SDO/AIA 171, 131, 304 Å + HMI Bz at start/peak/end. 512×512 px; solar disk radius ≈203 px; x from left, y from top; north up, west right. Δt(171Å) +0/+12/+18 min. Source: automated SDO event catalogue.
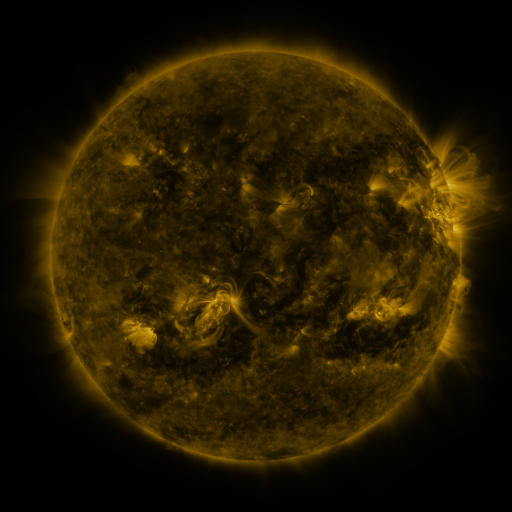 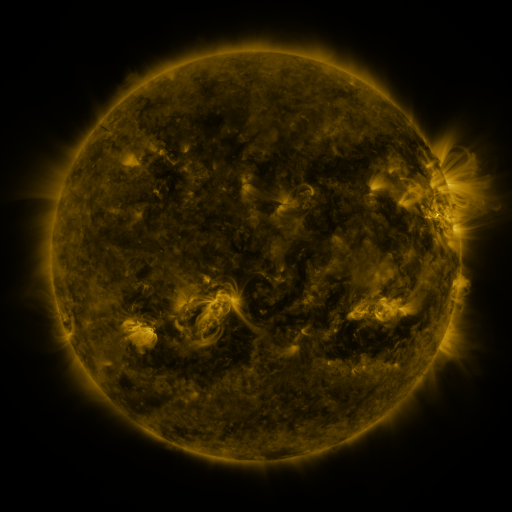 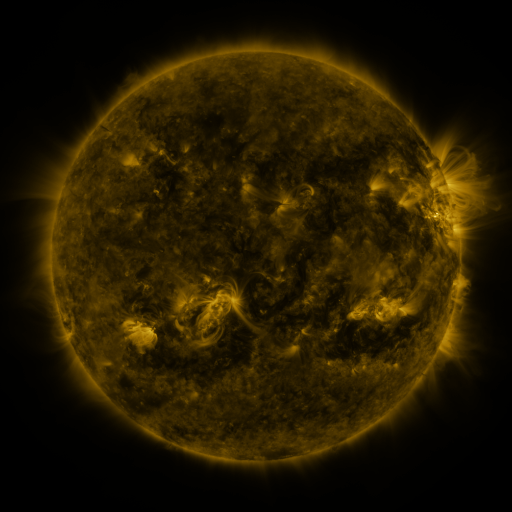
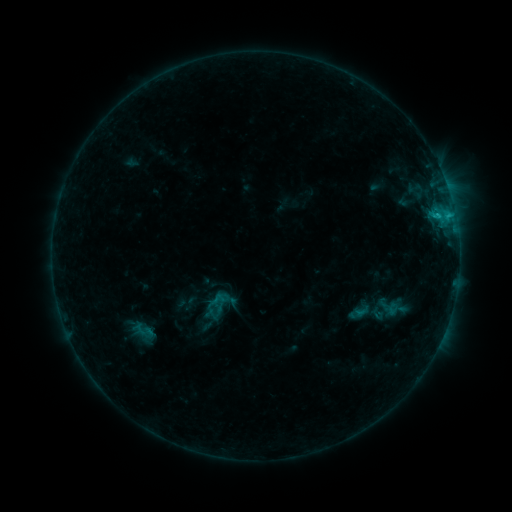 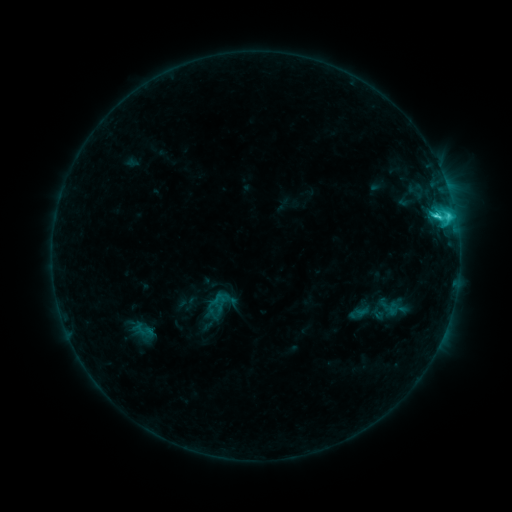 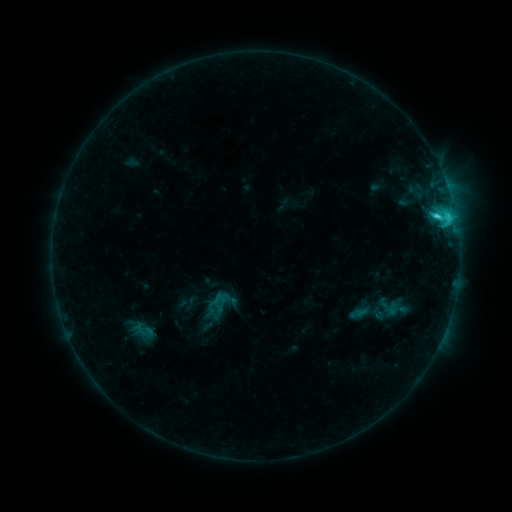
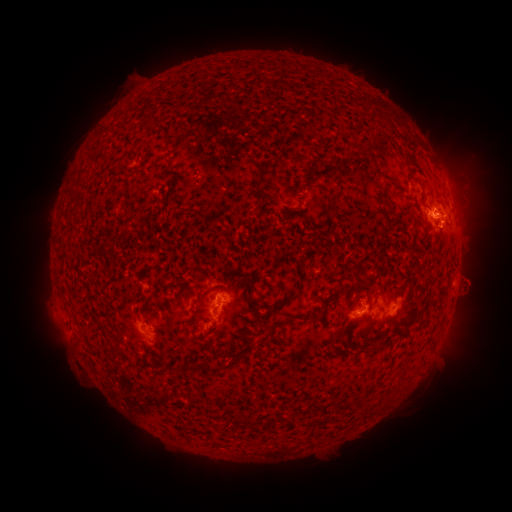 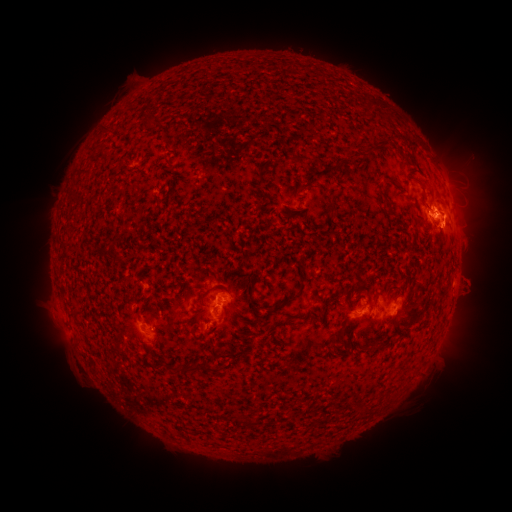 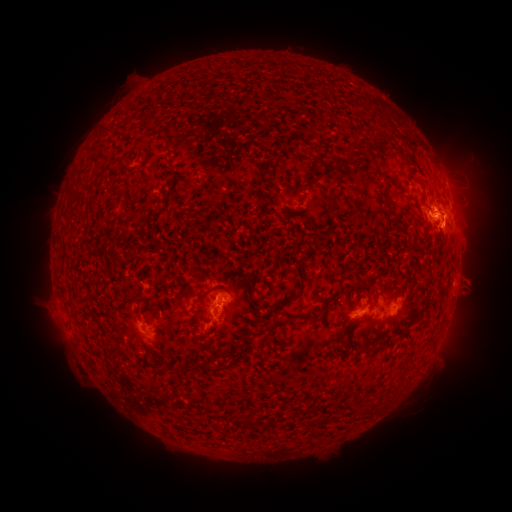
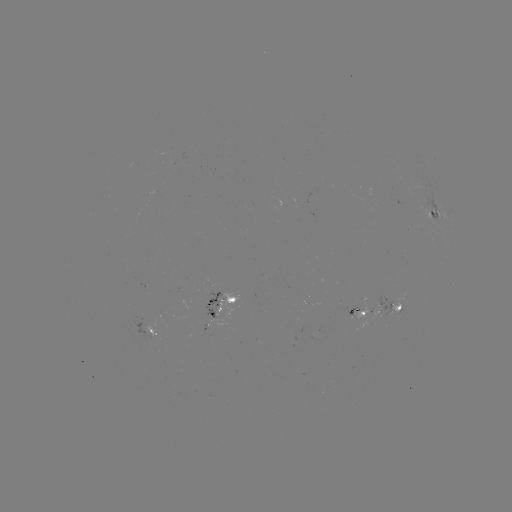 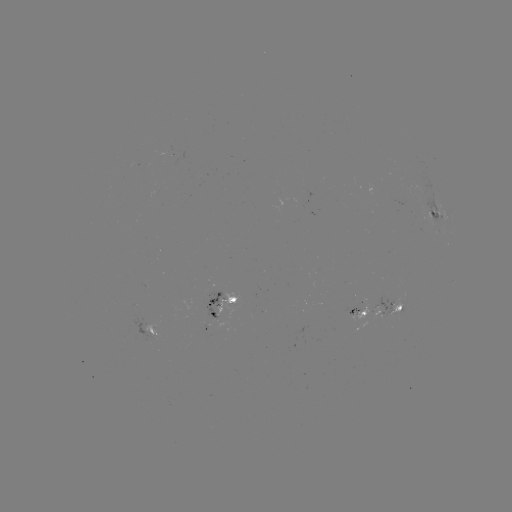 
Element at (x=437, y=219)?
C3.5 flare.